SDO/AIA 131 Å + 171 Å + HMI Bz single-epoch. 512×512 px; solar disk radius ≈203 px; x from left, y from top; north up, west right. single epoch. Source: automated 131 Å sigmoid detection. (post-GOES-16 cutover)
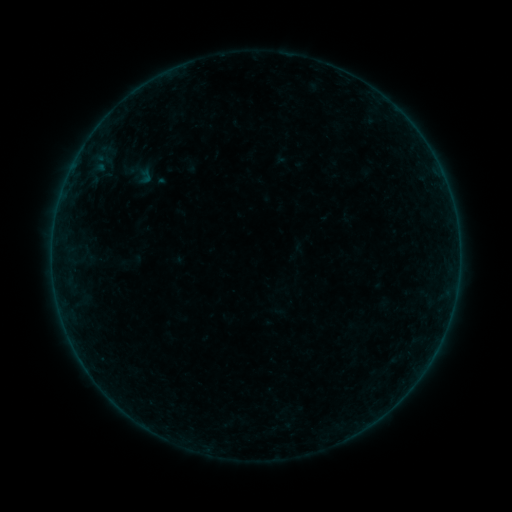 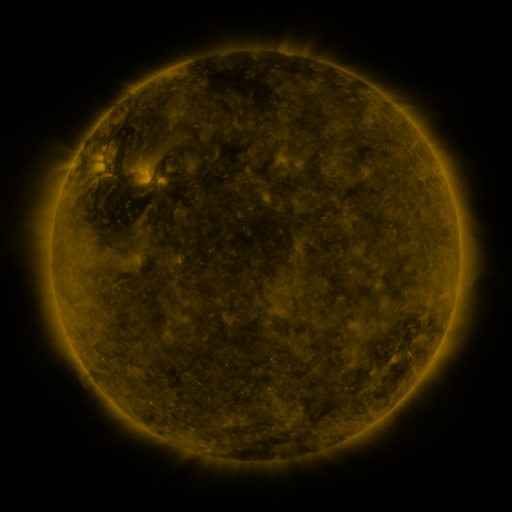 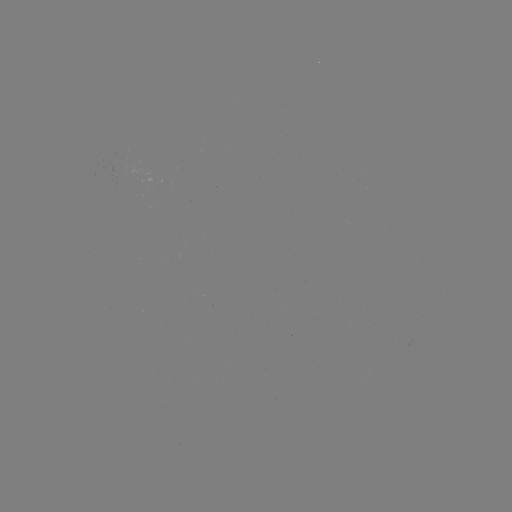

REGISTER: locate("sigmoid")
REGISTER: (137, 174)